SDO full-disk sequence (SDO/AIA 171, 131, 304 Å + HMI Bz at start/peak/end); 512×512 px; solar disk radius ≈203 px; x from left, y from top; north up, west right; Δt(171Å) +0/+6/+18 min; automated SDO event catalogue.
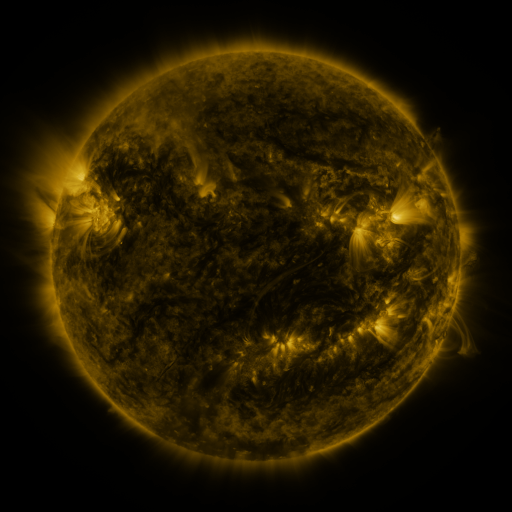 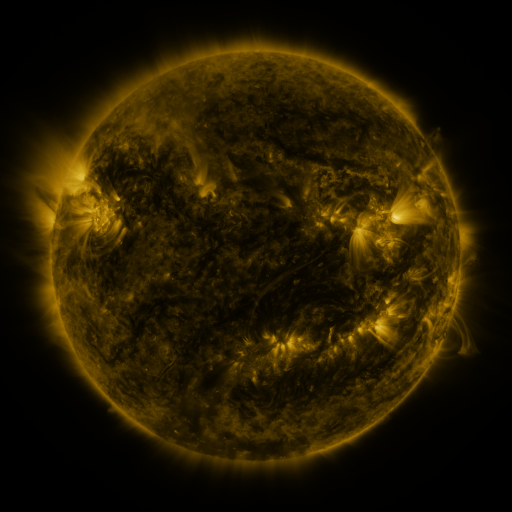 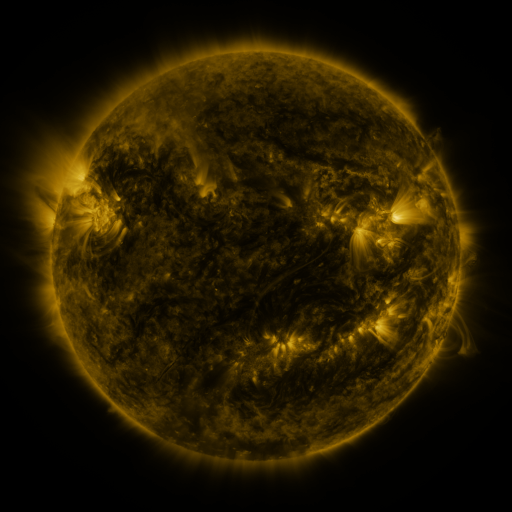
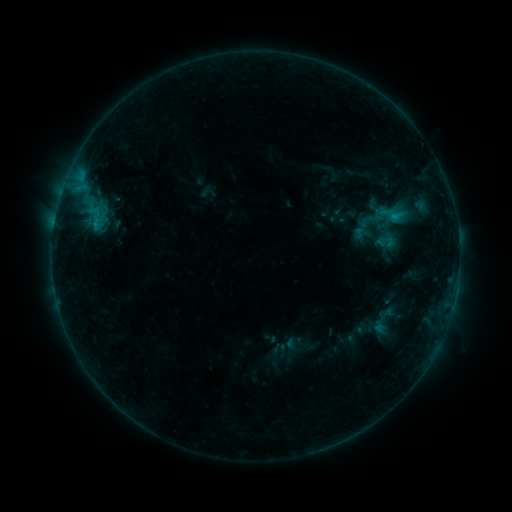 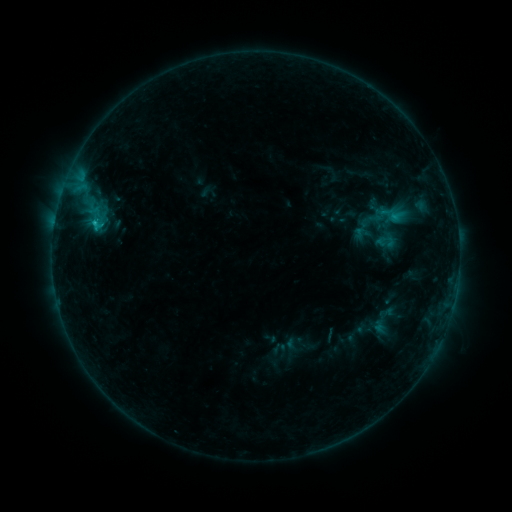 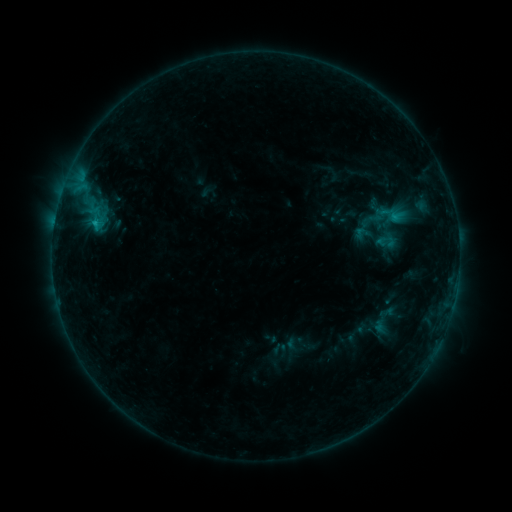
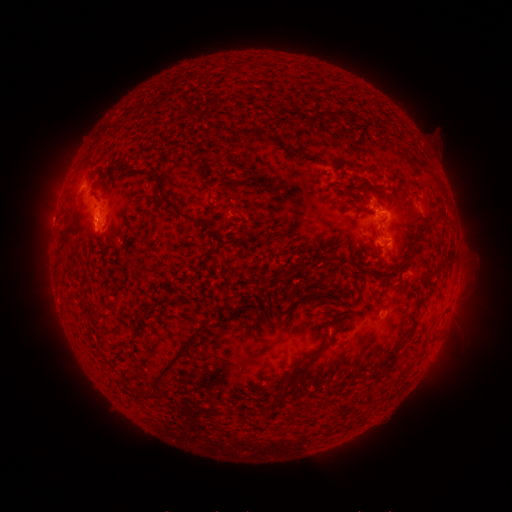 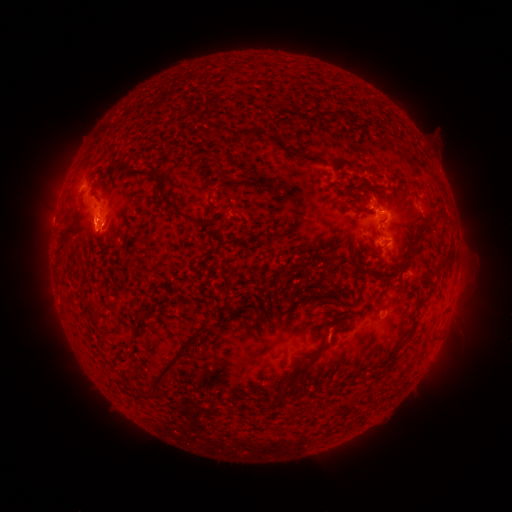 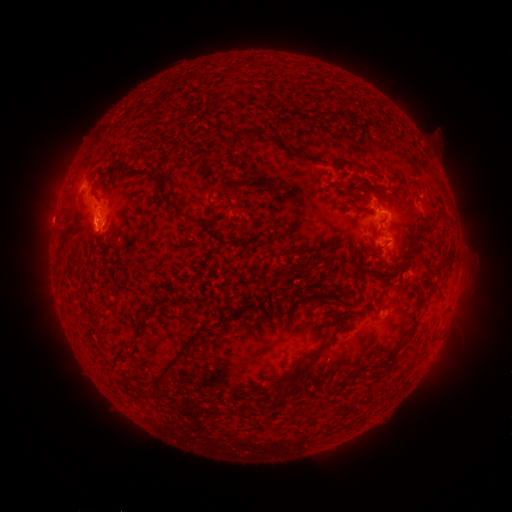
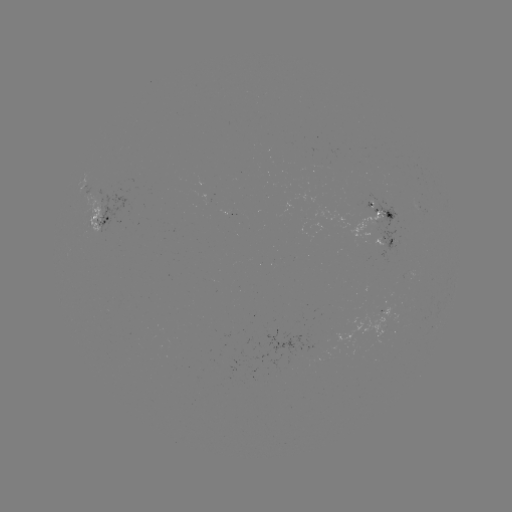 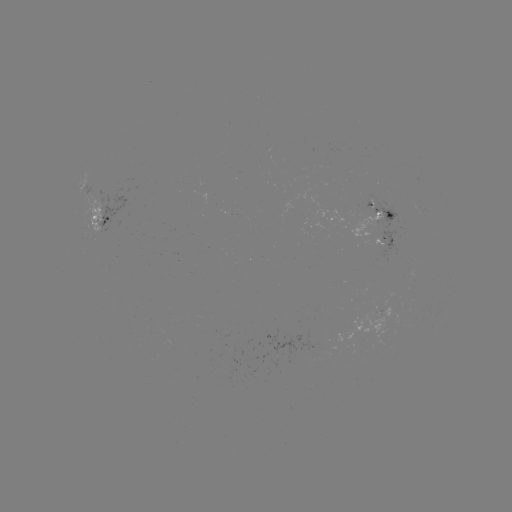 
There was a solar flare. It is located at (95, 225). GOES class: C1.1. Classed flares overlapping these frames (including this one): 1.